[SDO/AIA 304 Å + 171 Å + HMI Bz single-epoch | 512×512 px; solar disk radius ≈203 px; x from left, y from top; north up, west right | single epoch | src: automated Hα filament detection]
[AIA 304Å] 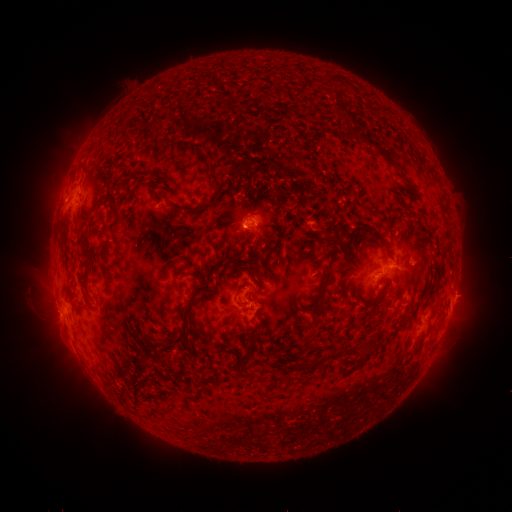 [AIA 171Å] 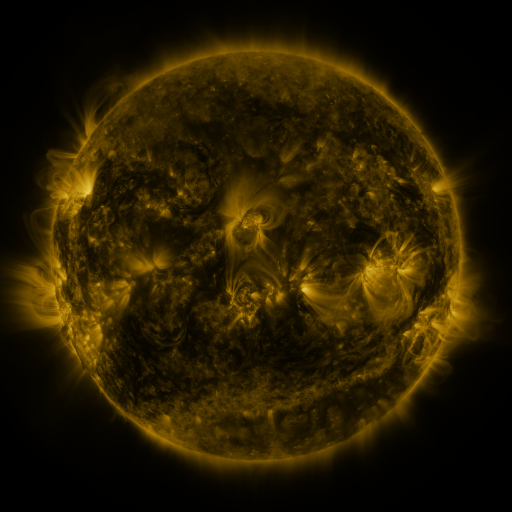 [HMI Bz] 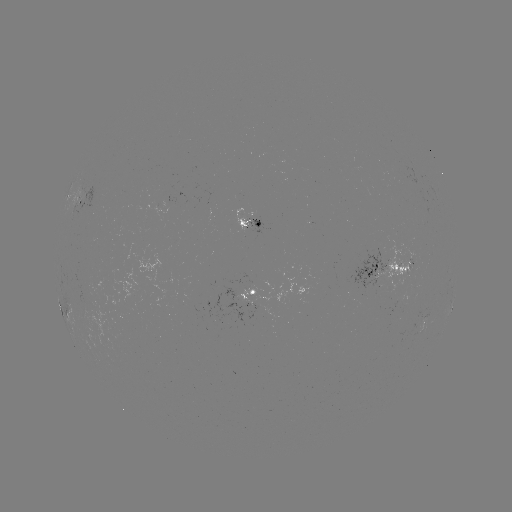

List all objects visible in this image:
filament: (332, 91)
filament: (357, 92)
filament: (356, 134)
filament: (176, 147)
filament: (195, 147)
filament: (209, 158)
filament: (217, 185)
filament: (121, 188)
filament: (100, 201)
filament: (408, 206)
filament: (185, 210)
filament: (113, 213)
filament: (253, 215)
filament: (336, 241)
filament: (85, 255)
filament: (256, 274)
filament: (327, 280)
filament: (204, 292)
filament: (299, 298)
filament: (314, 319)
filament: (182, 337)
filament: (255, 339)
filament: (418, 341)
filament: (321, 360)
filament: (145, 363)
